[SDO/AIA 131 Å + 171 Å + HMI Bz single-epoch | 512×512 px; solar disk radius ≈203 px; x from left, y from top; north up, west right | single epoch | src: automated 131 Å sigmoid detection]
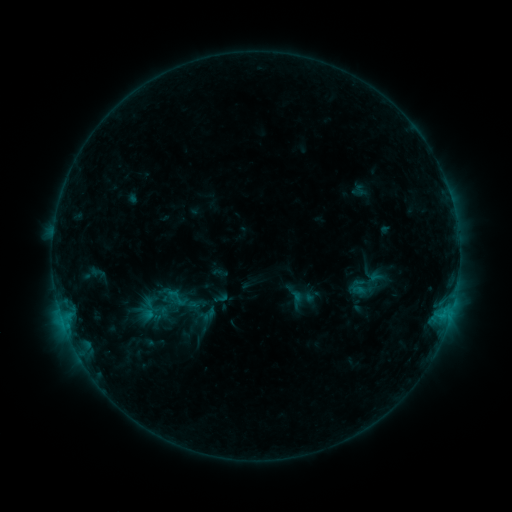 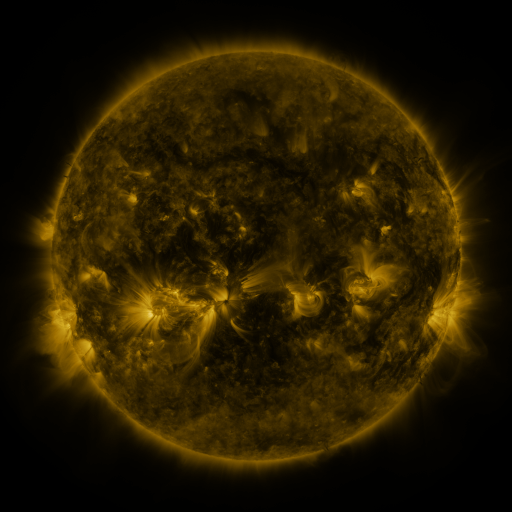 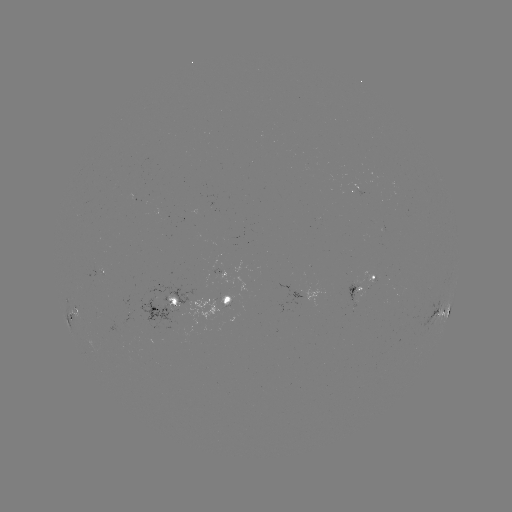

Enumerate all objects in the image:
sigmoid: (163, 286, 192, 310)
